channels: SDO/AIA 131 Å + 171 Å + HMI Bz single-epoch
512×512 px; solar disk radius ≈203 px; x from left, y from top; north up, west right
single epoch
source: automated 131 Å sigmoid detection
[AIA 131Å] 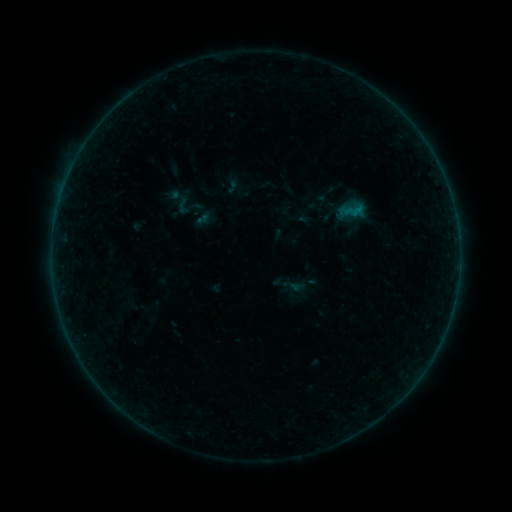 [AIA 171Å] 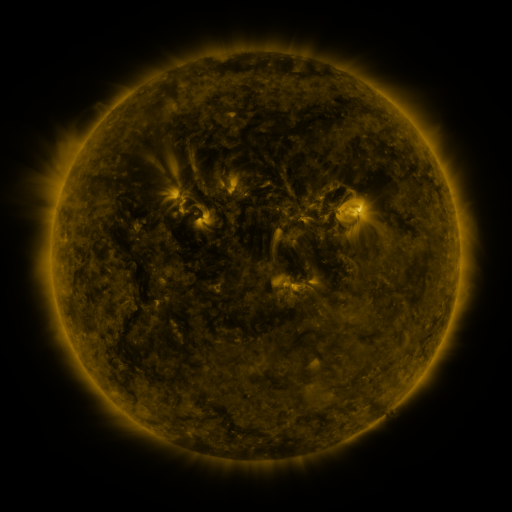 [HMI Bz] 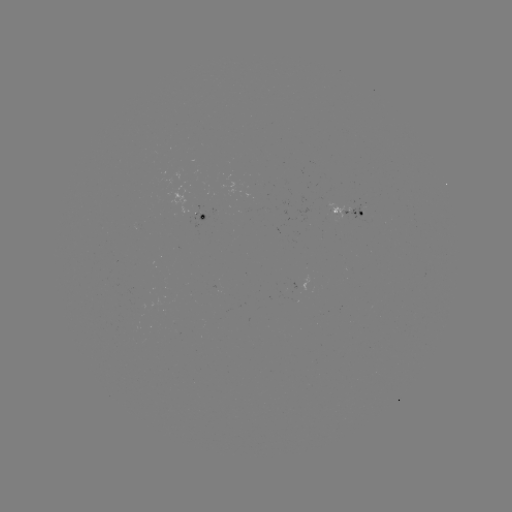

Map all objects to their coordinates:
sigmoid: (173, 195, 193, 215)
sigmoid: (193, 209, 213, 229)
